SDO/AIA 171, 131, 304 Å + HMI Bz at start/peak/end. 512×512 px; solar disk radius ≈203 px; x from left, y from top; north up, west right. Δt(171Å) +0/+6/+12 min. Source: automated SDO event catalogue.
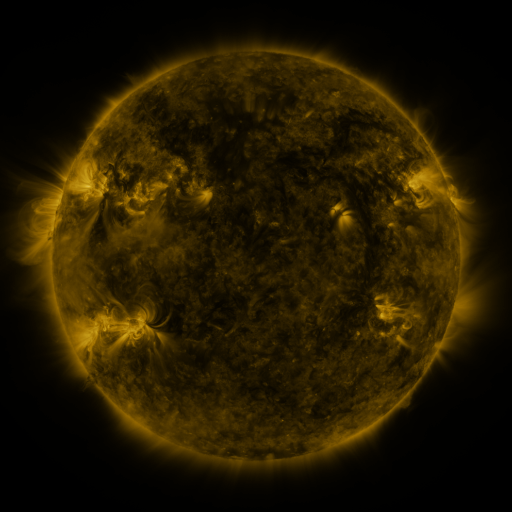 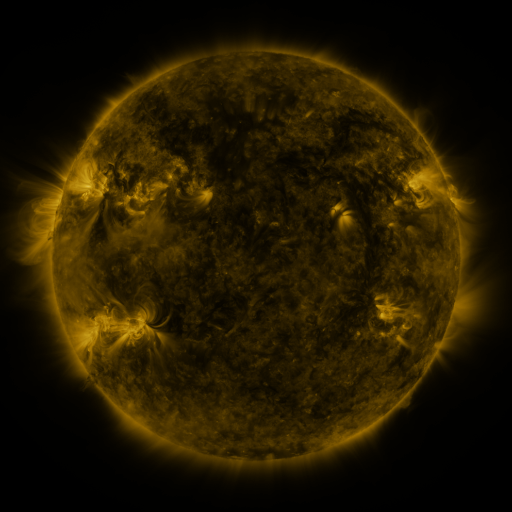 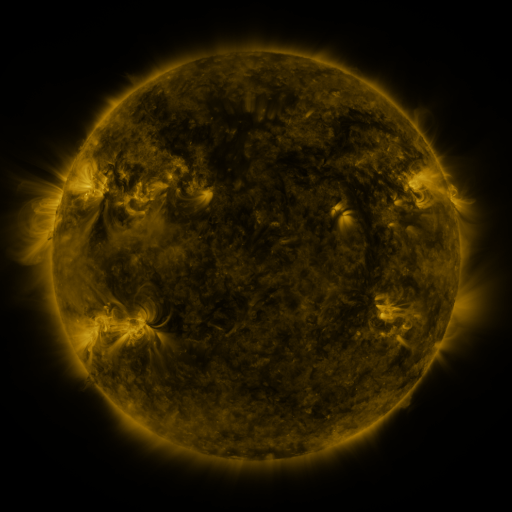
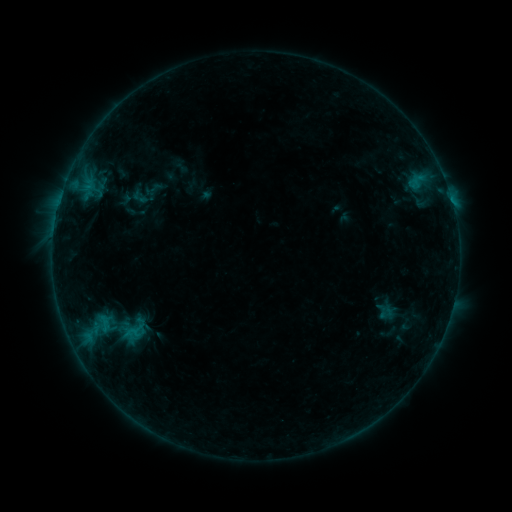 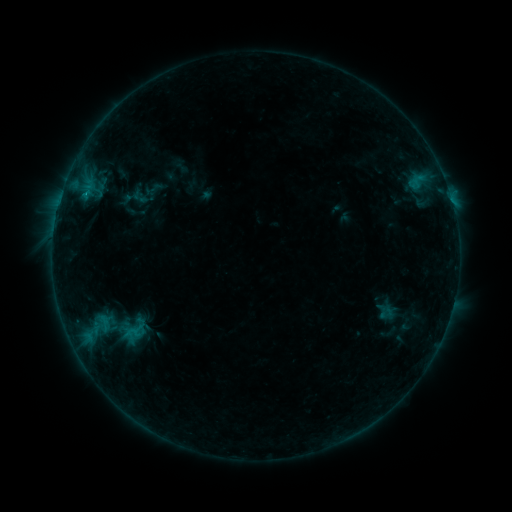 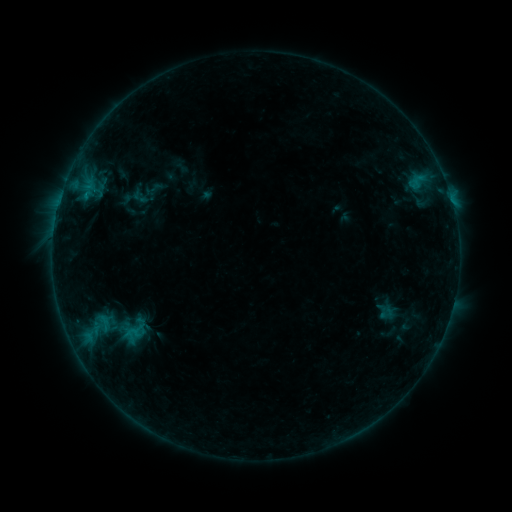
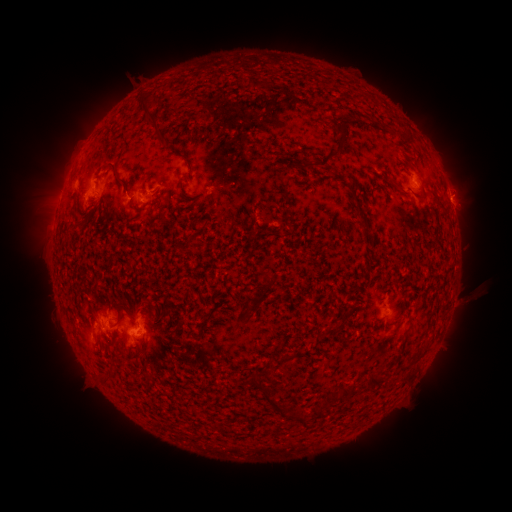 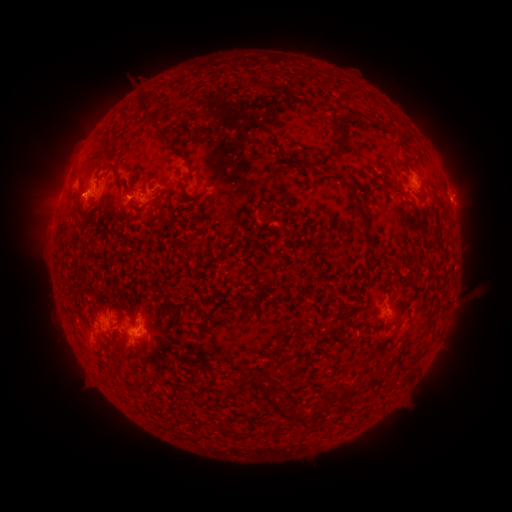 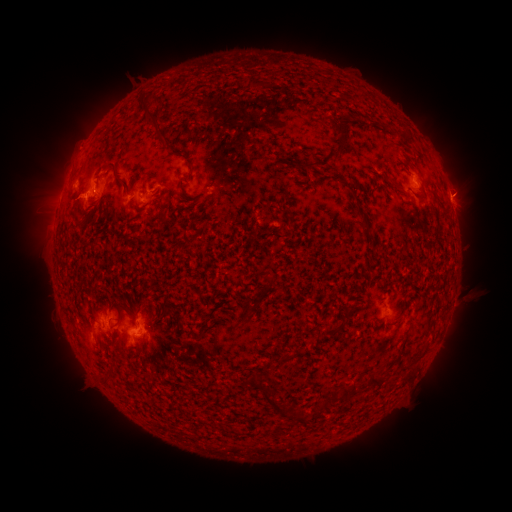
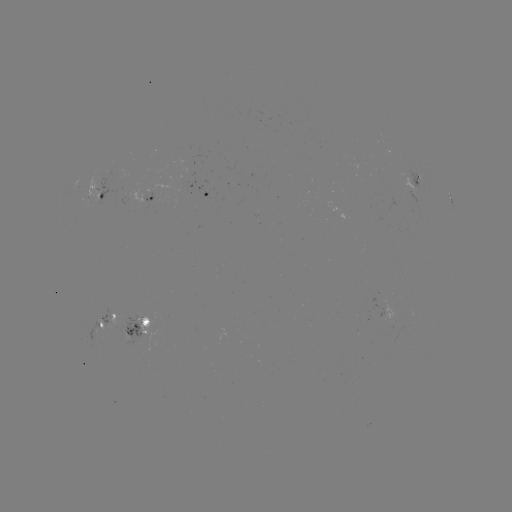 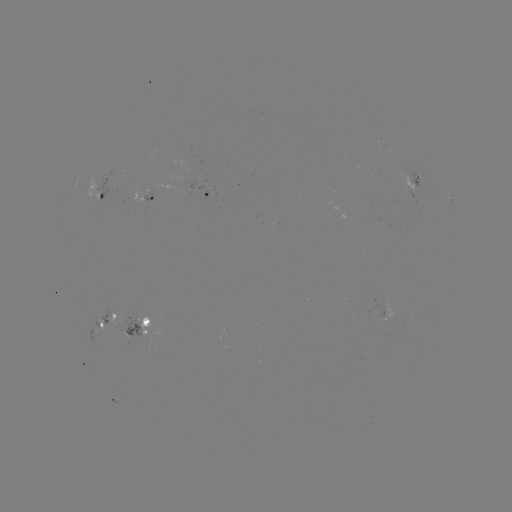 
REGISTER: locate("eruption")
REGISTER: [80, 200]